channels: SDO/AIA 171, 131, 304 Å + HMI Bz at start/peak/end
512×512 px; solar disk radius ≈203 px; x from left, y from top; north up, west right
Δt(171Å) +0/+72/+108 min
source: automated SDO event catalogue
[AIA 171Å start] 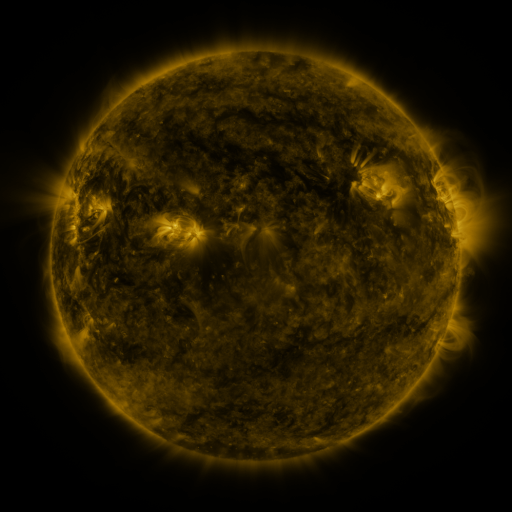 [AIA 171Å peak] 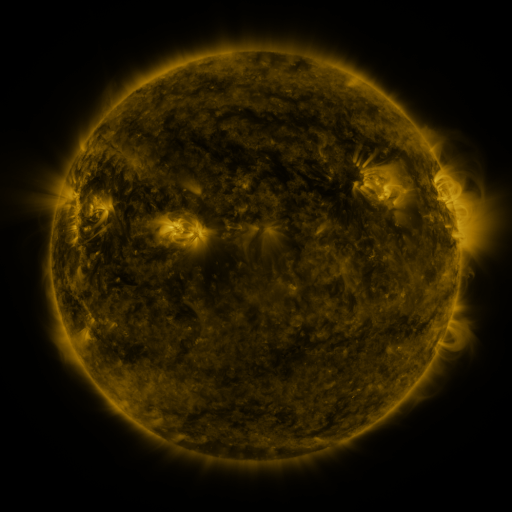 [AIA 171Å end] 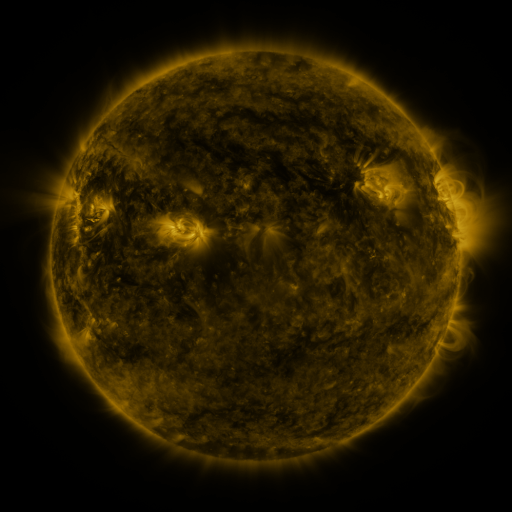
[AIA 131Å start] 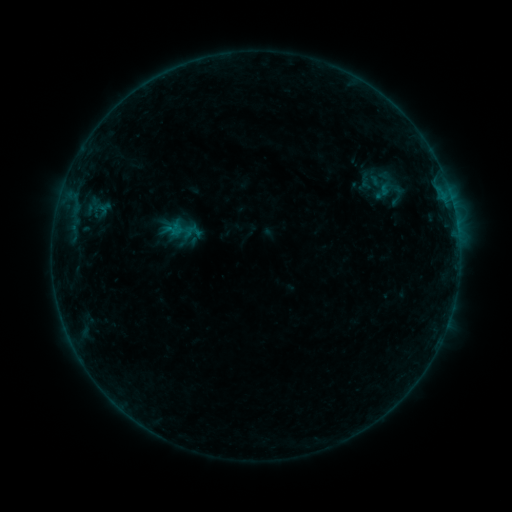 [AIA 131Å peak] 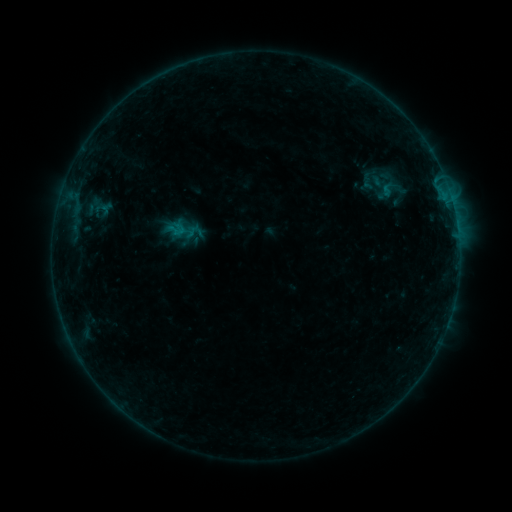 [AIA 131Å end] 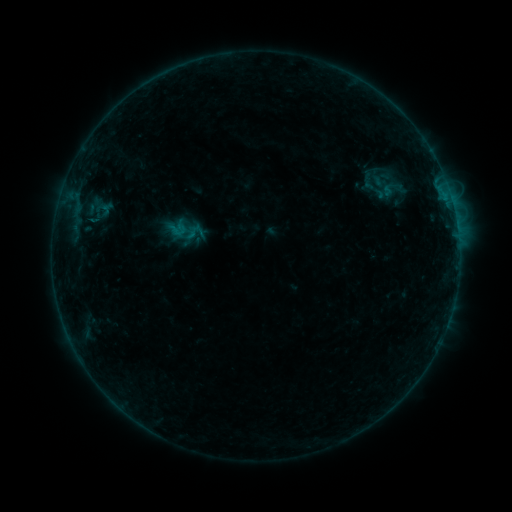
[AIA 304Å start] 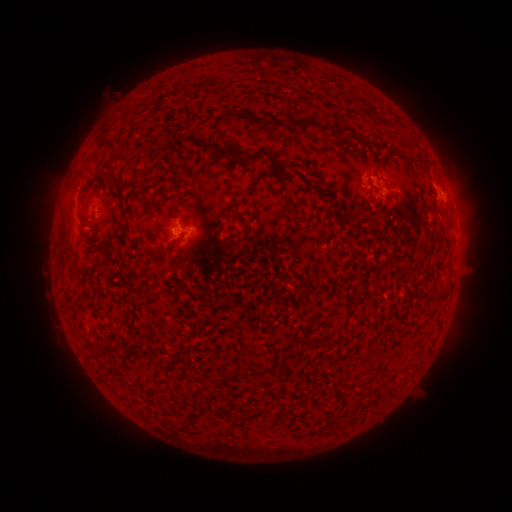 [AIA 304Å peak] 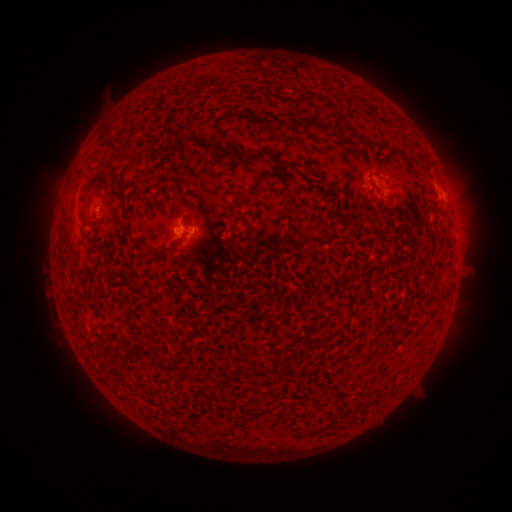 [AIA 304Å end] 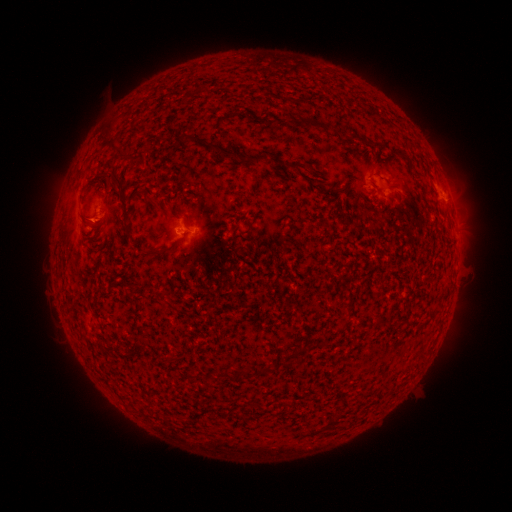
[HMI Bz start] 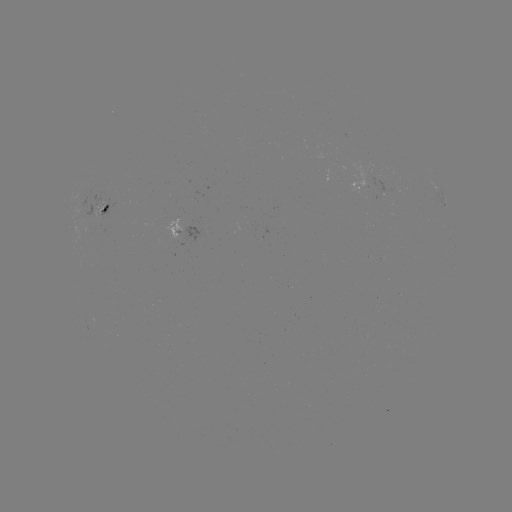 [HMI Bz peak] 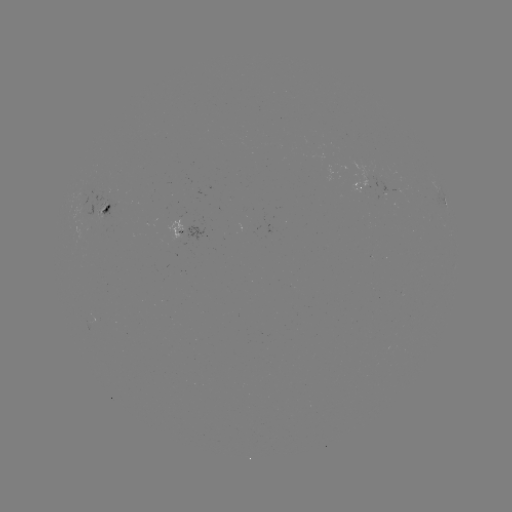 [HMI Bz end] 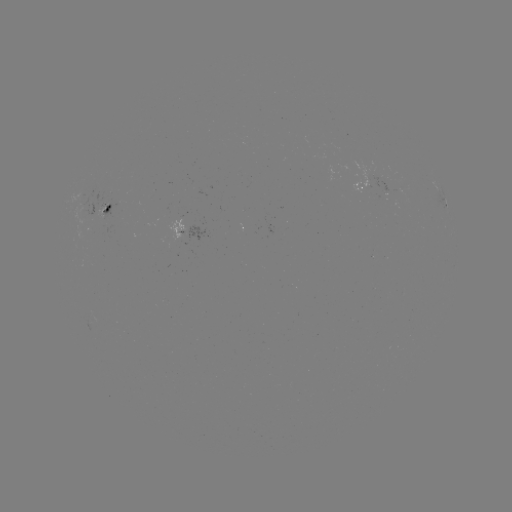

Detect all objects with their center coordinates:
emerging-flux region: (89, 216)
